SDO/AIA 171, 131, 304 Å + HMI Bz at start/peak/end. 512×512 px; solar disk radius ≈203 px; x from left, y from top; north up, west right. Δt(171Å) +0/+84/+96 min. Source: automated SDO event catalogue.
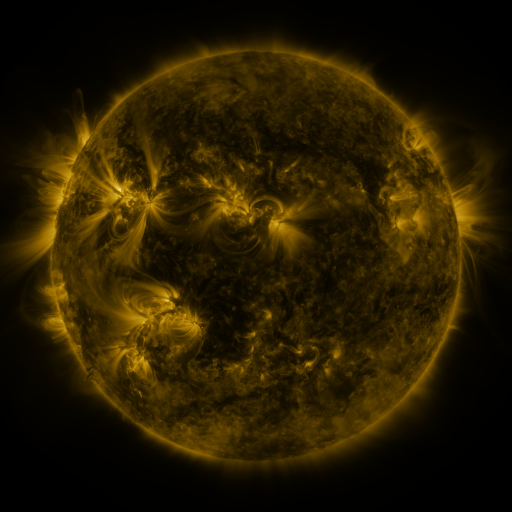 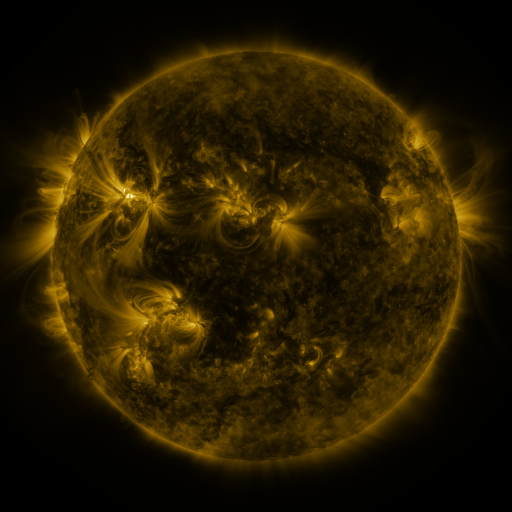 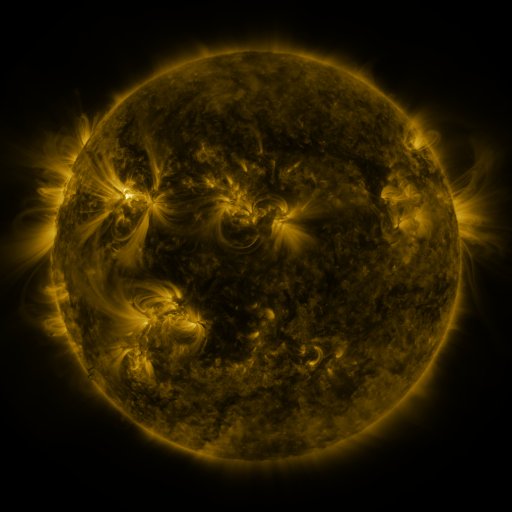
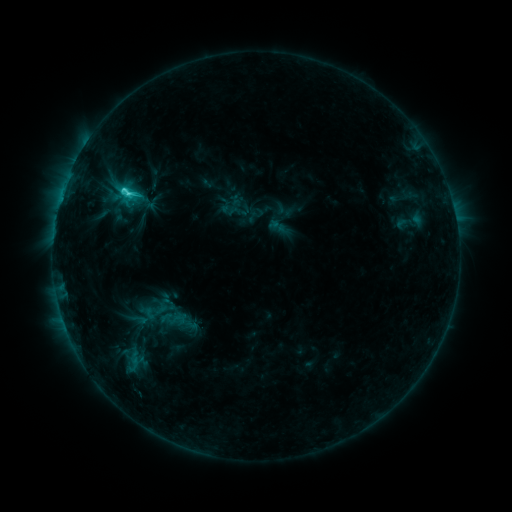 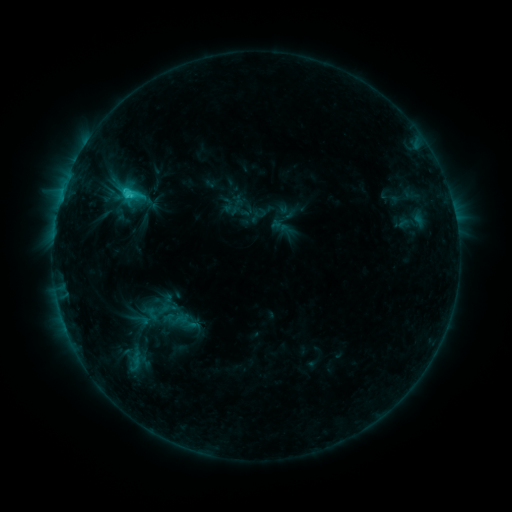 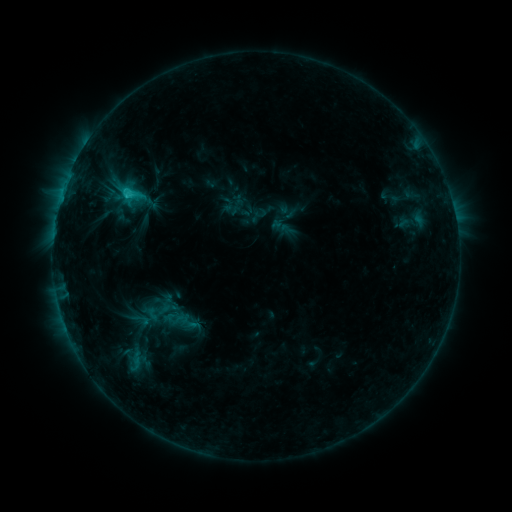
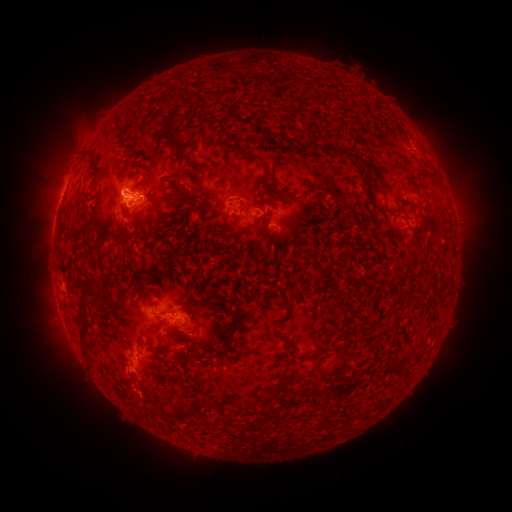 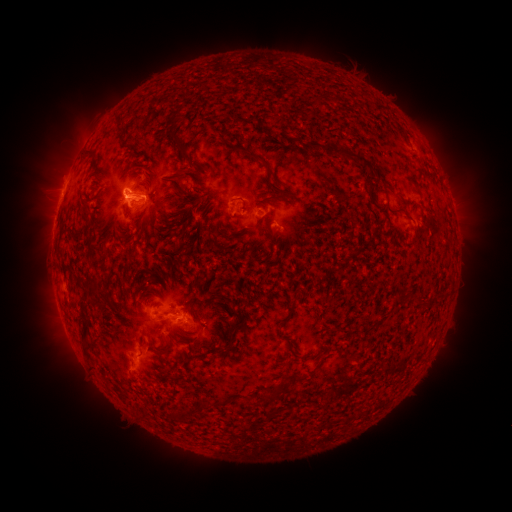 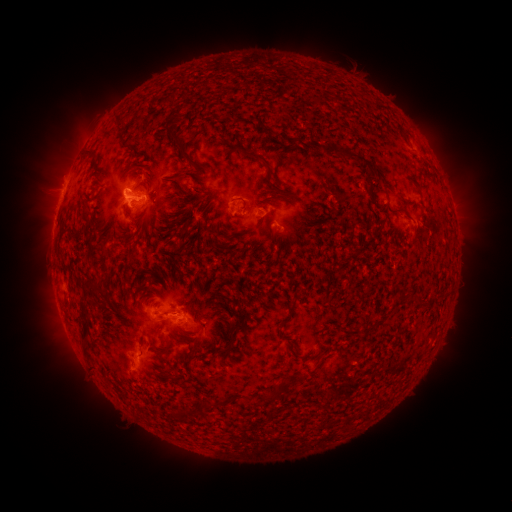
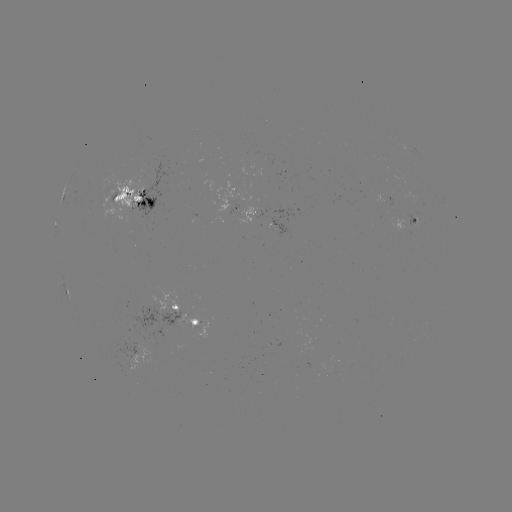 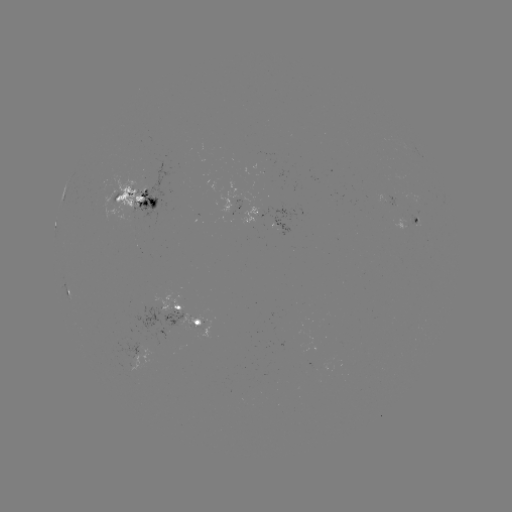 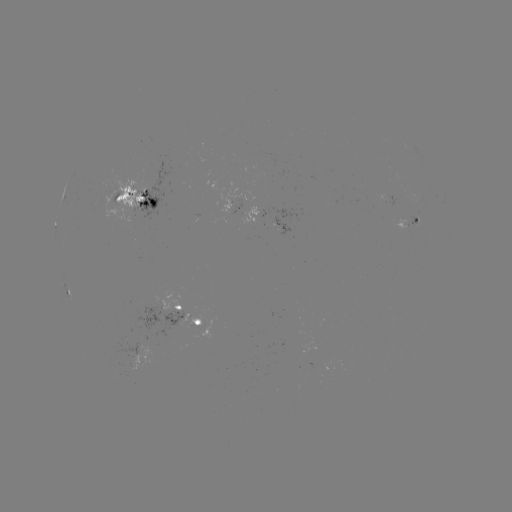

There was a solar emerging-flux region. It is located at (113, 201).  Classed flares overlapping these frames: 1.